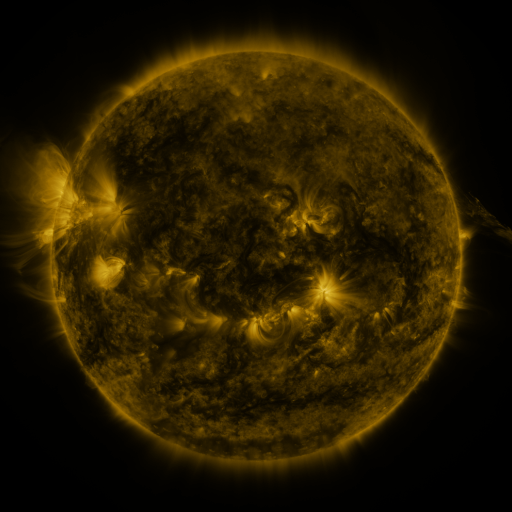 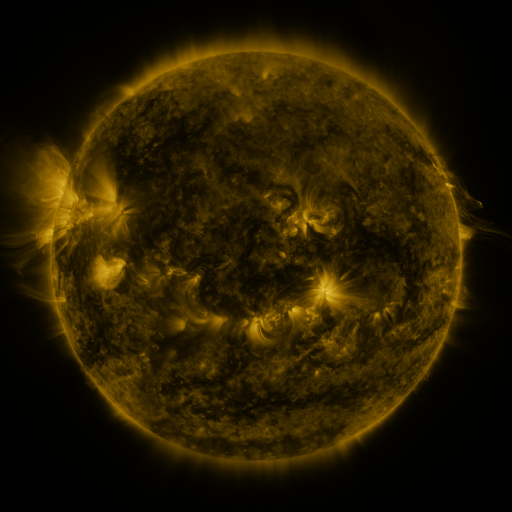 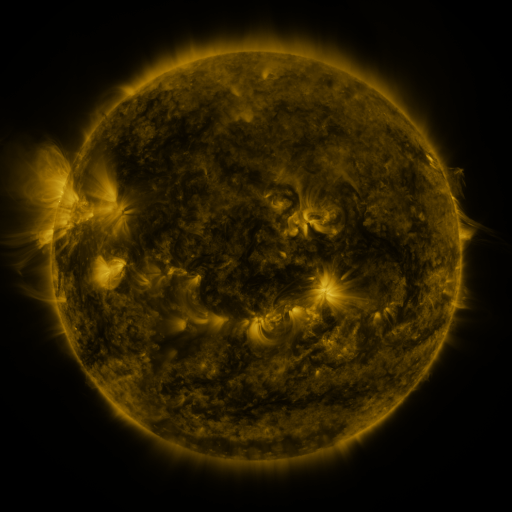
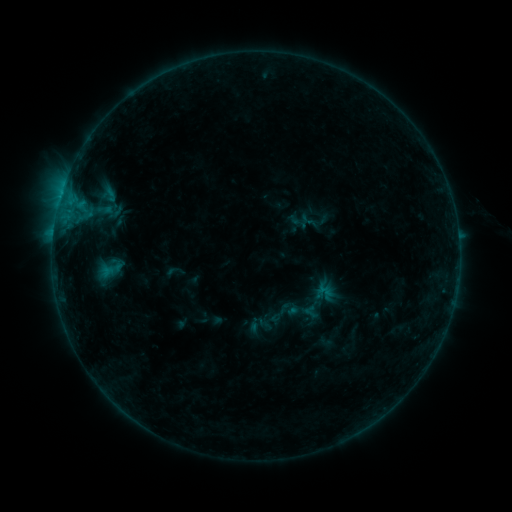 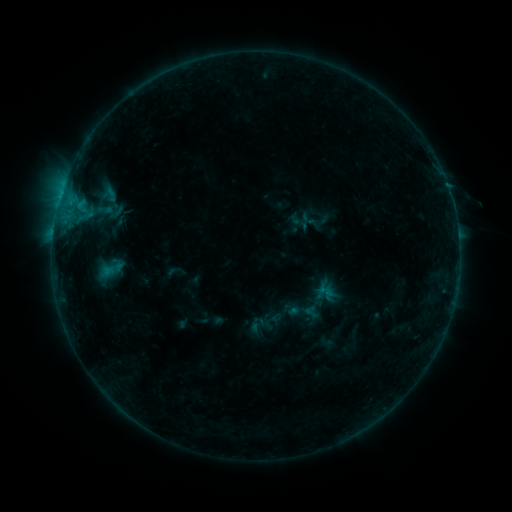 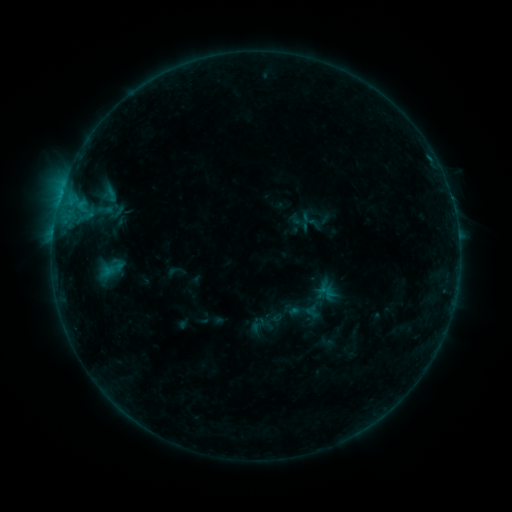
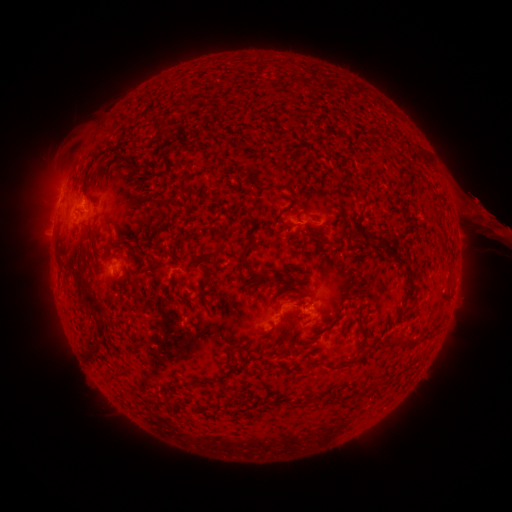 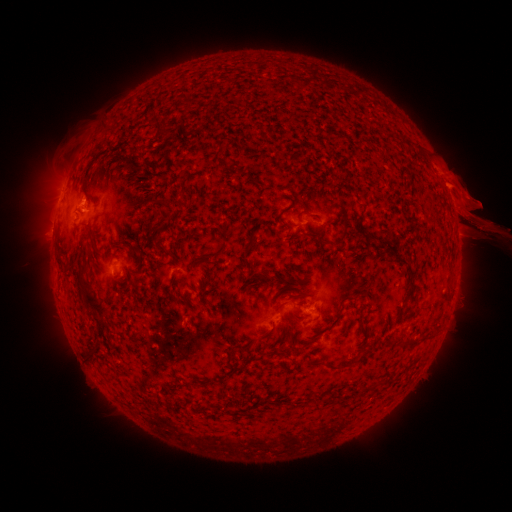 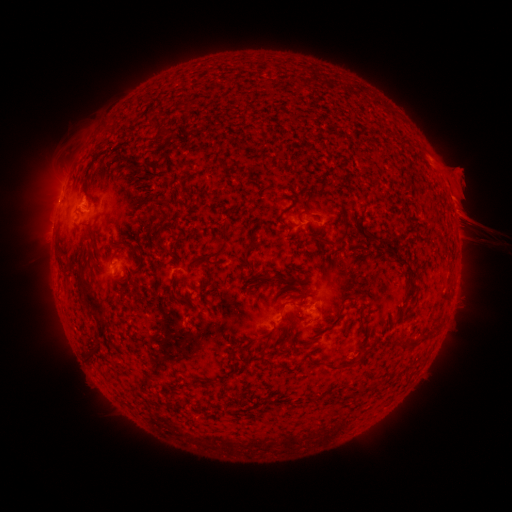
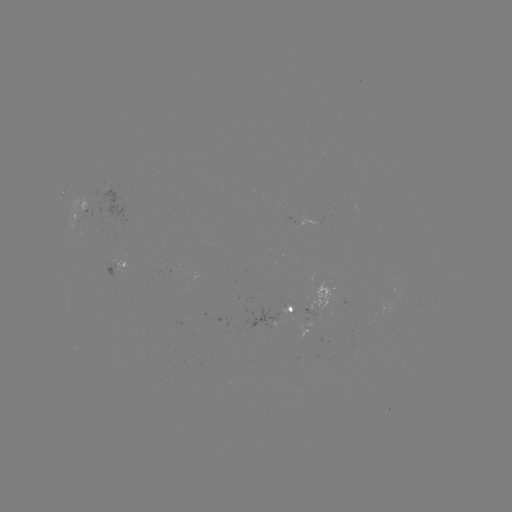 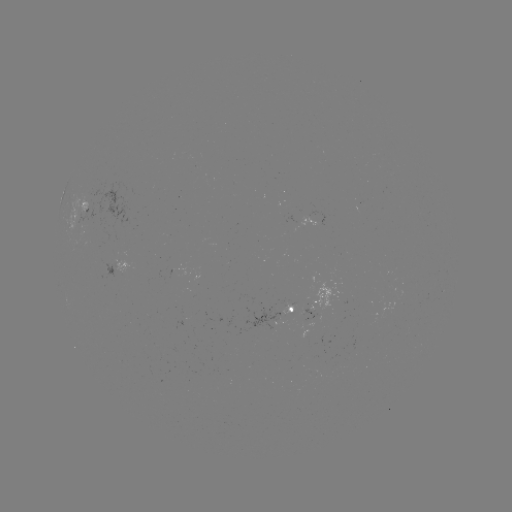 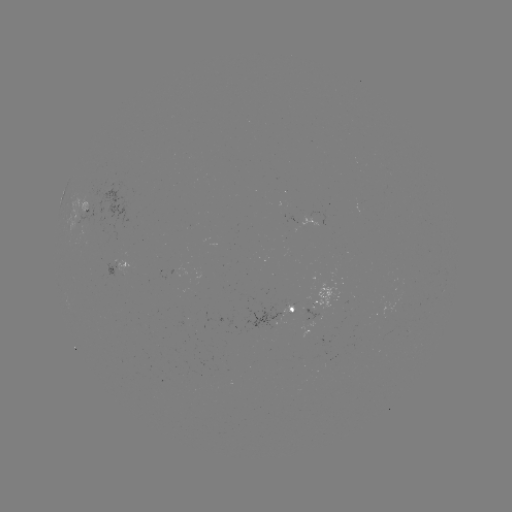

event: eruption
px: (468, 204)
